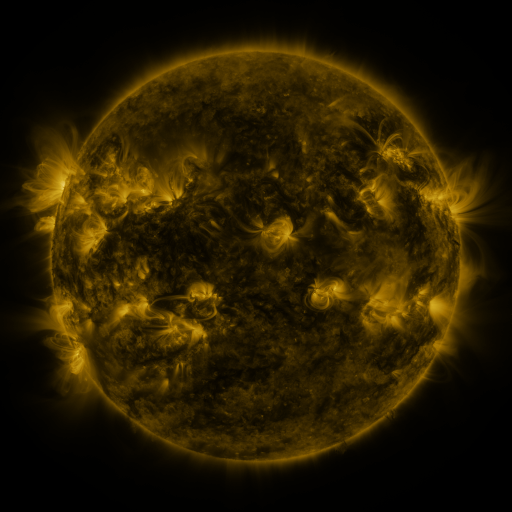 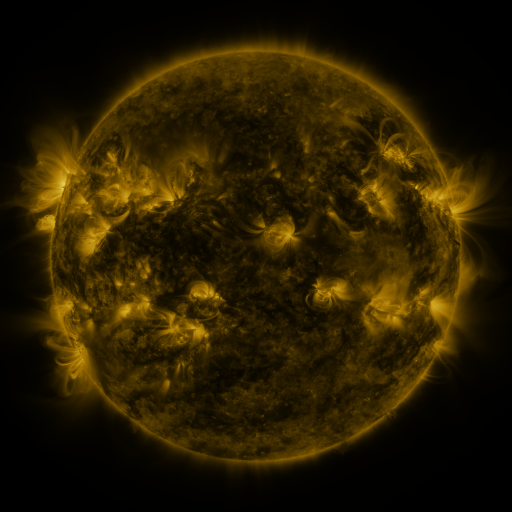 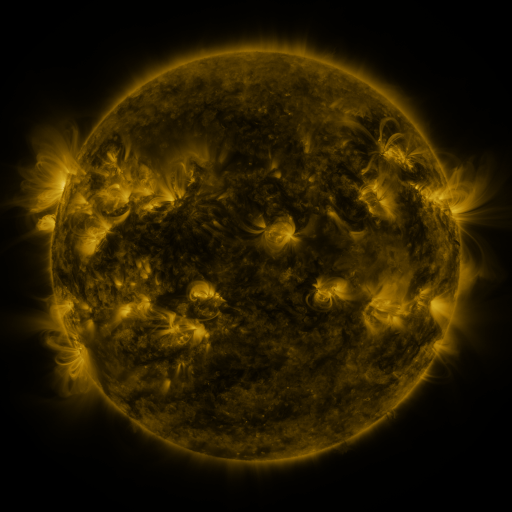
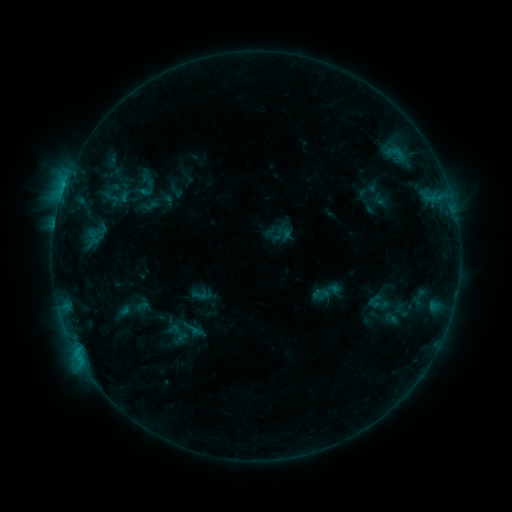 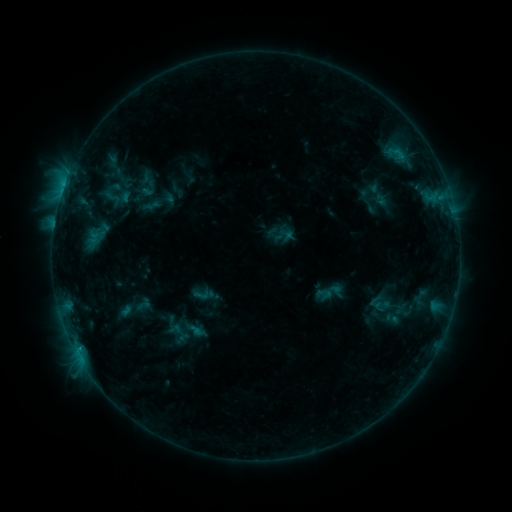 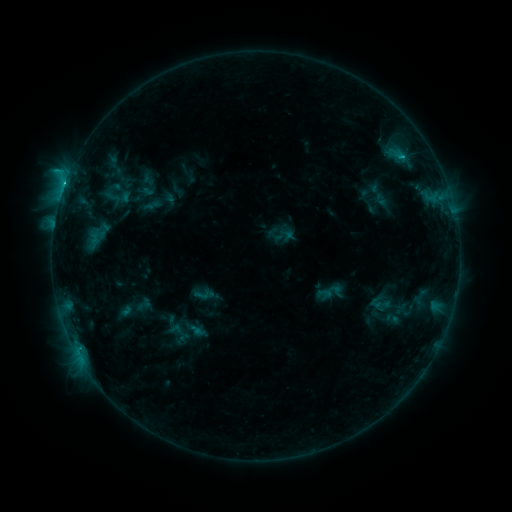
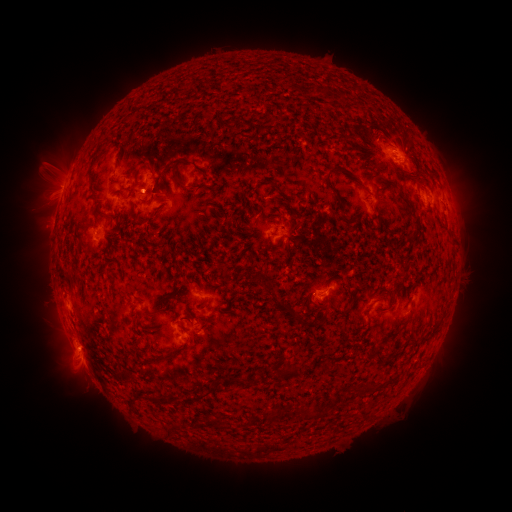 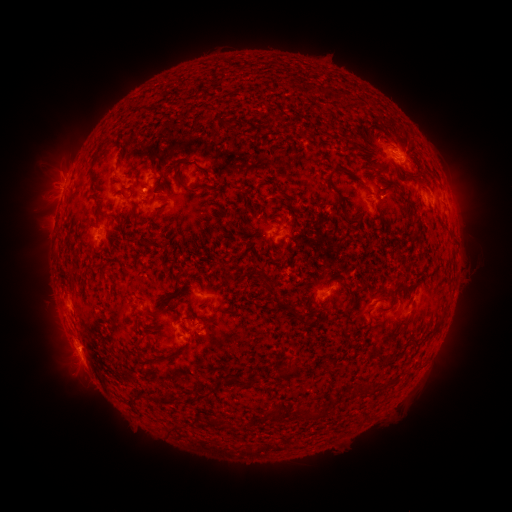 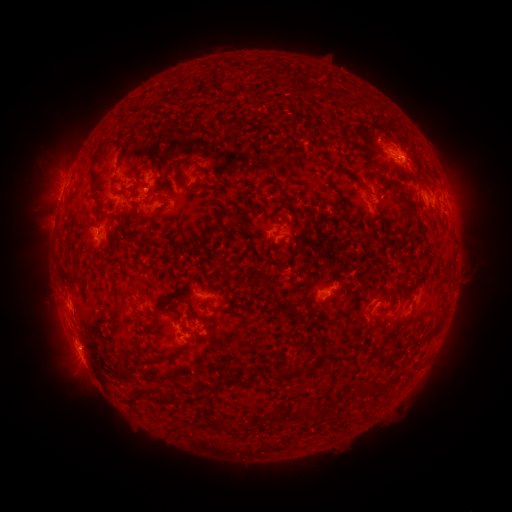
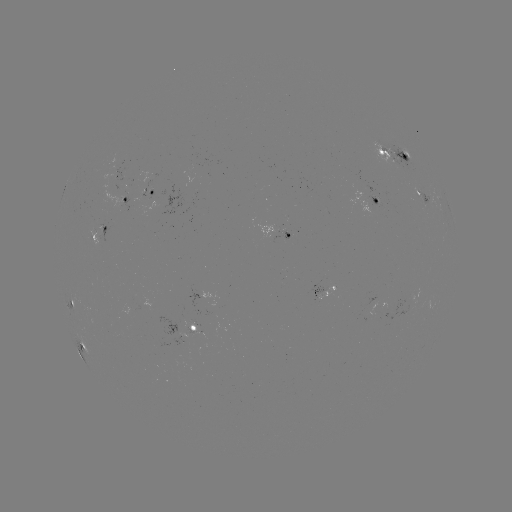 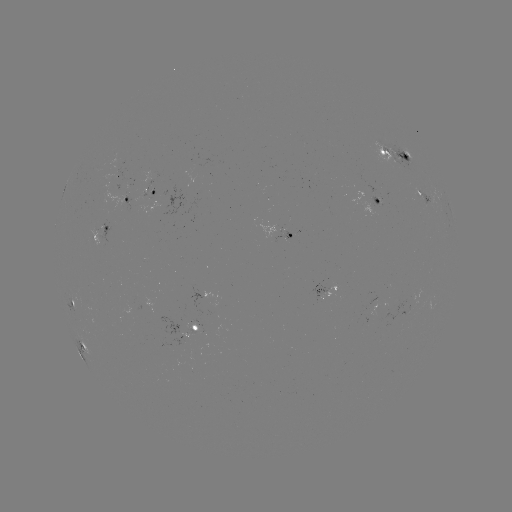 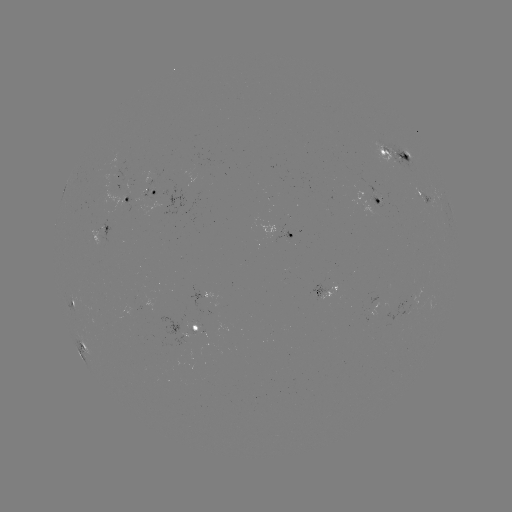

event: emerging-flux region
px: (378, 201)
